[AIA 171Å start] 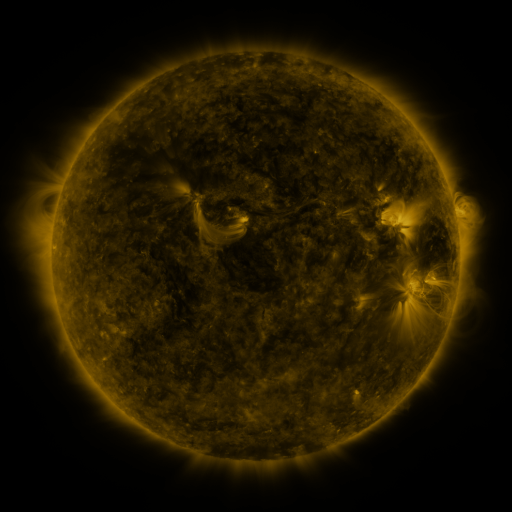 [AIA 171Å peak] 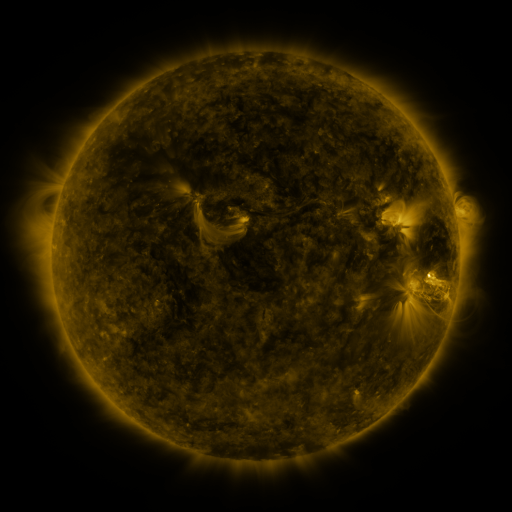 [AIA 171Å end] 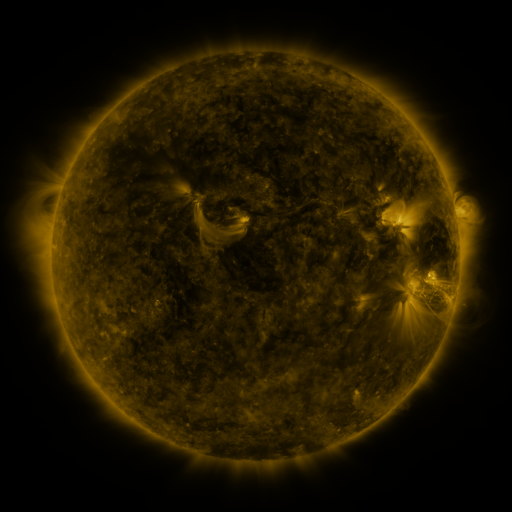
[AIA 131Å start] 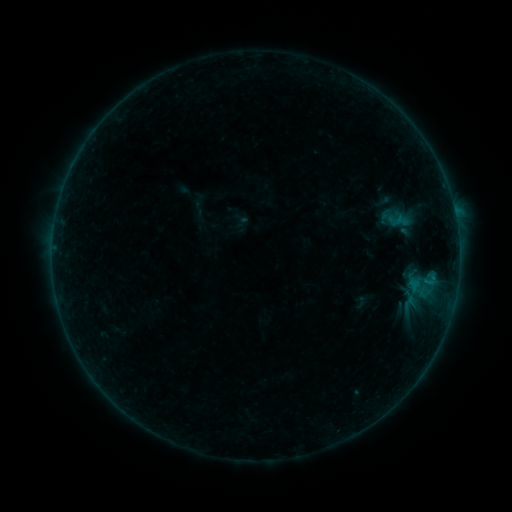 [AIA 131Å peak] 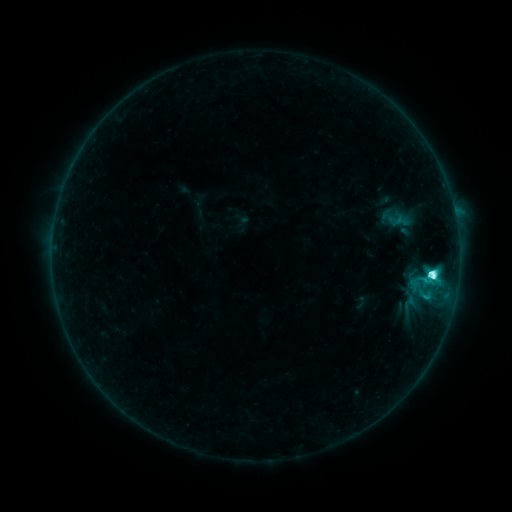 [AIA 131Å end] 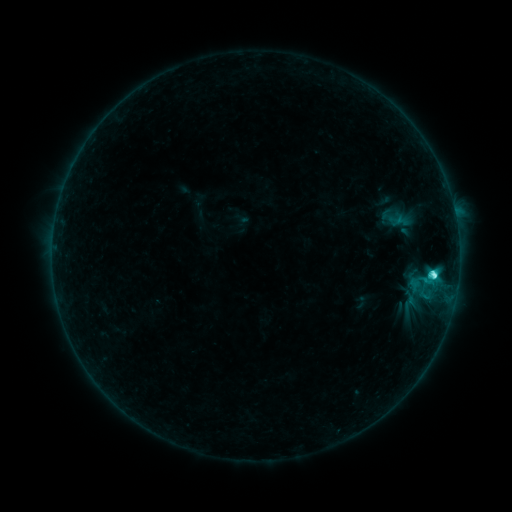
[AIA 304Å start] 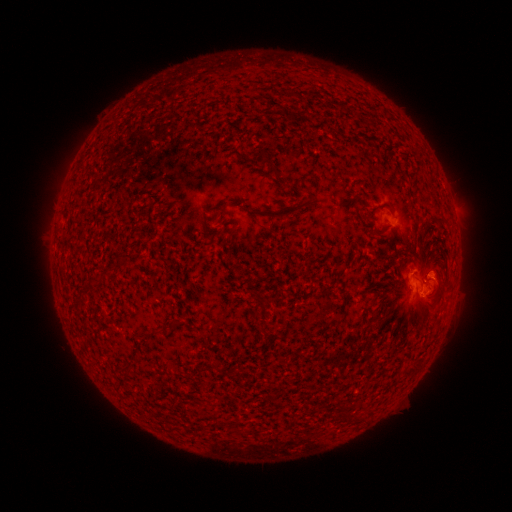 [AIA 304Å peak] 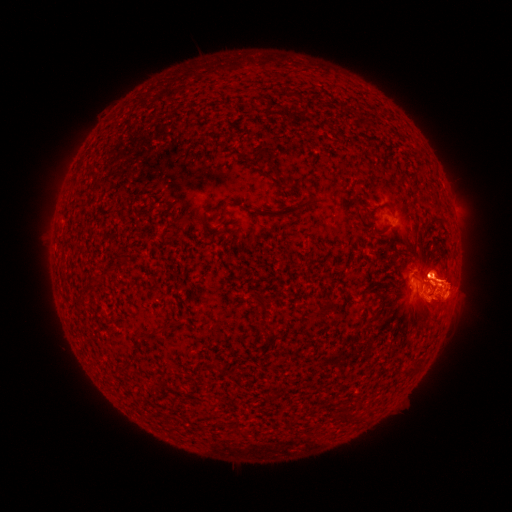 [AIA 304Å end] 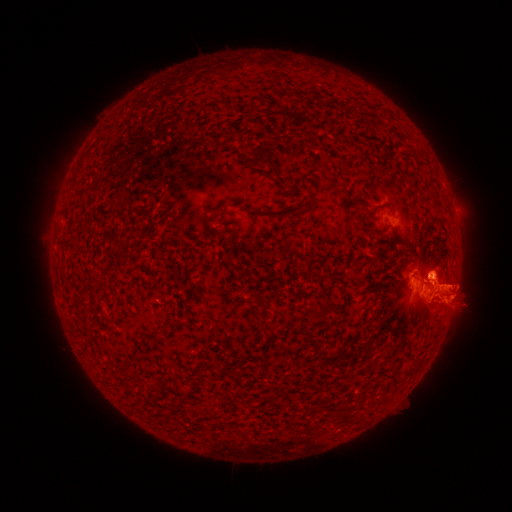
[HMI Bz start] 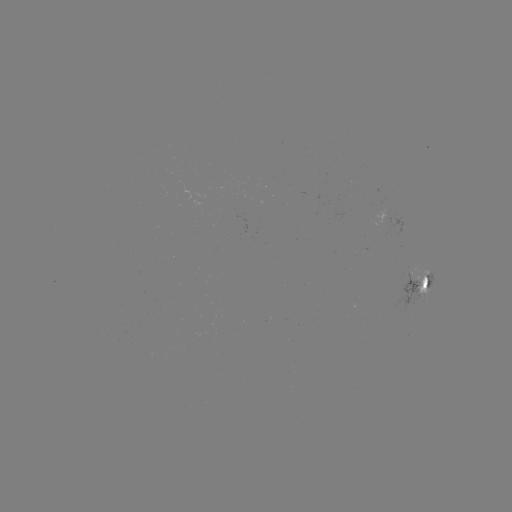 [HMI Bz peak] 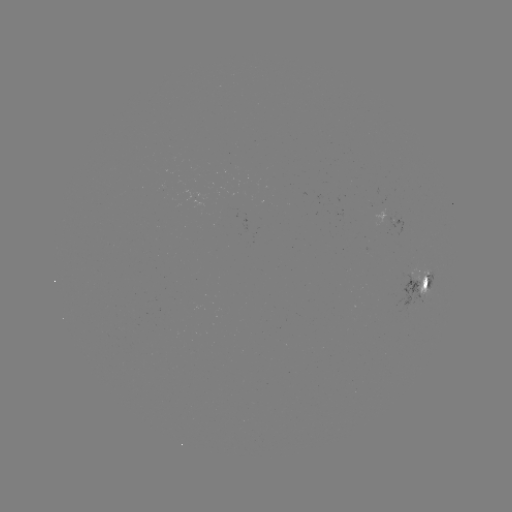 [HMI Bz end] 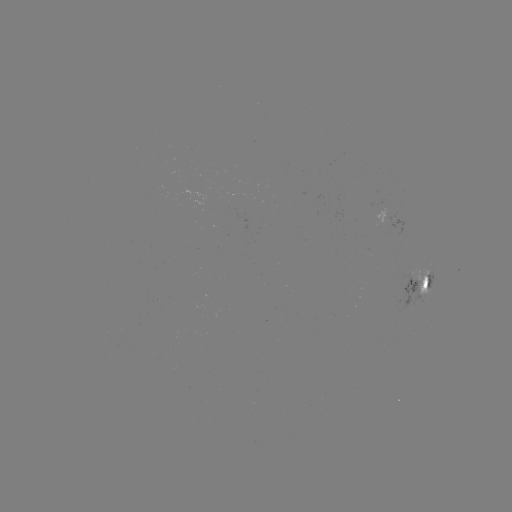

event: flare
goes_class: C5.8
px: (432, 274)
